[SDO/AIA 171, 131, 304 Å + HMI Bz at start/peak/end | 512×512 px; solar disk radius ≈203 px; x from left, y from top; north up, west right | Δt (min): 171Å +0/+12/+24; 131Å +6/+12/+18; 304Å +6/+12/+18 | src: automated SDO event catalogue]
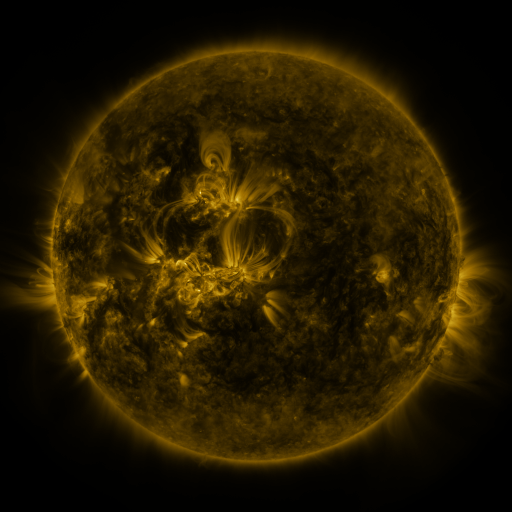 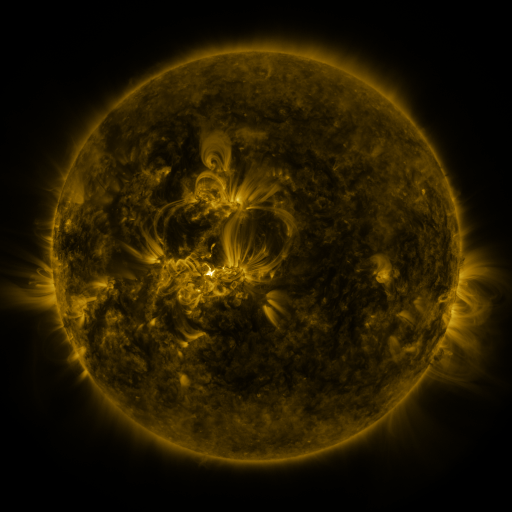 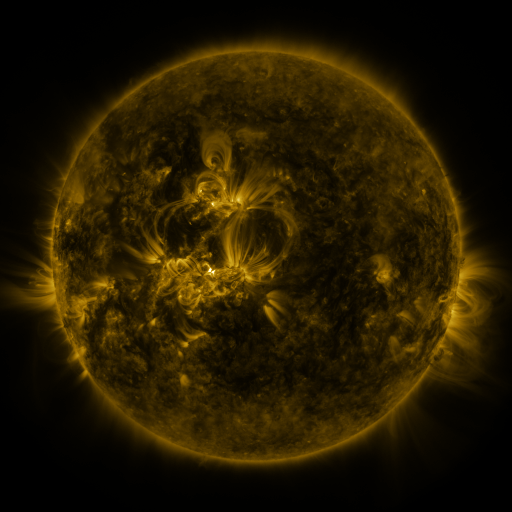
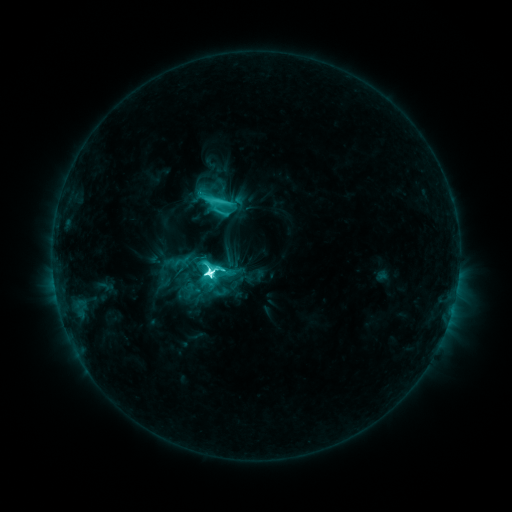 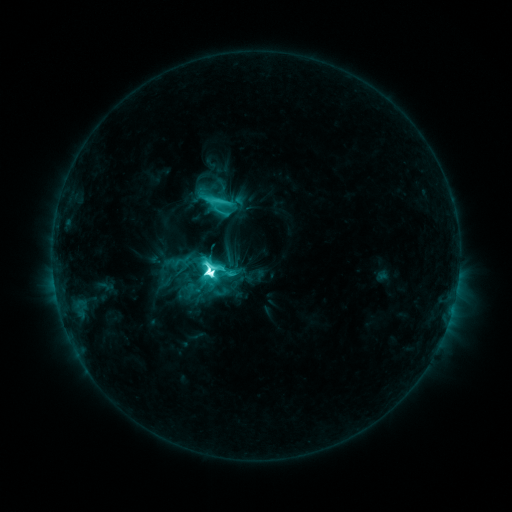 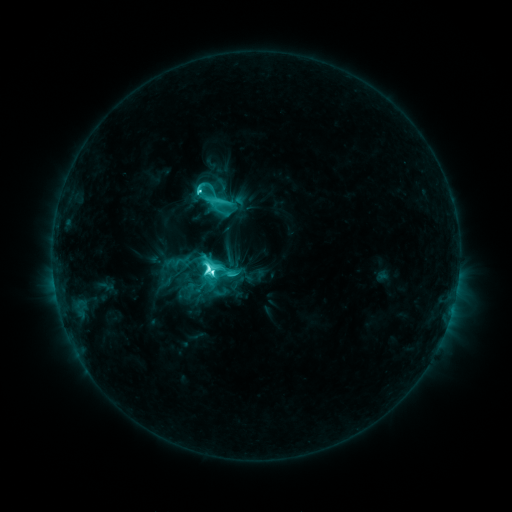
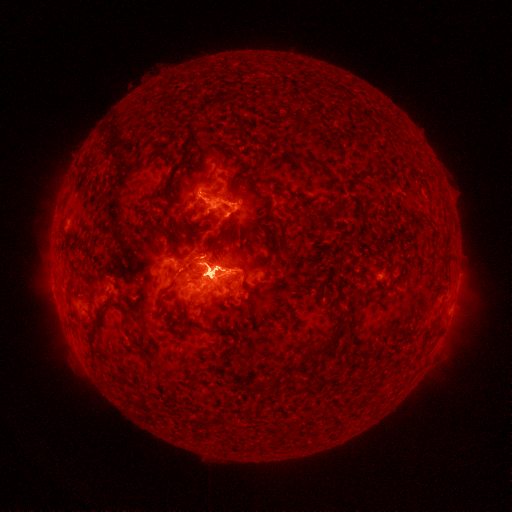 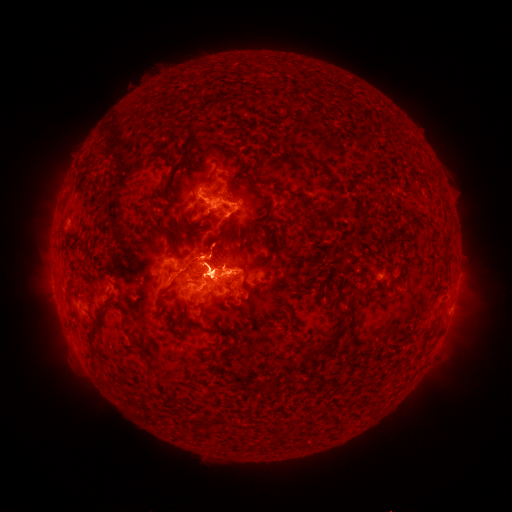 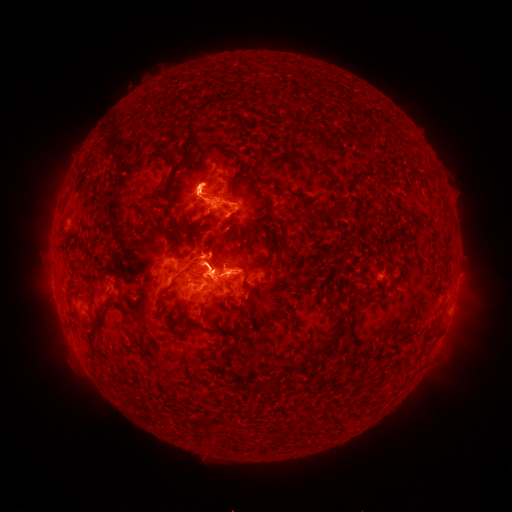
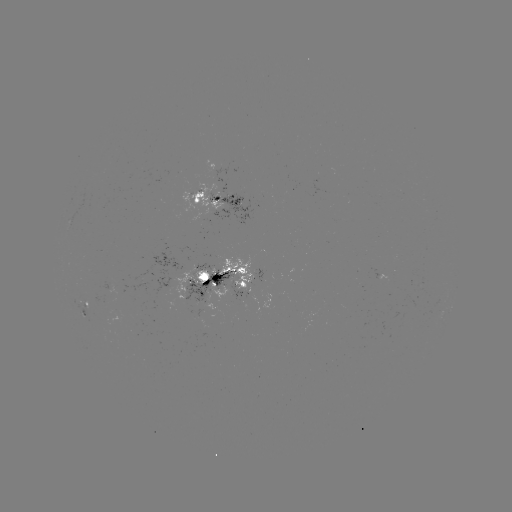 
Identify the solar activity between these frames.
eruption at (51, 312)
